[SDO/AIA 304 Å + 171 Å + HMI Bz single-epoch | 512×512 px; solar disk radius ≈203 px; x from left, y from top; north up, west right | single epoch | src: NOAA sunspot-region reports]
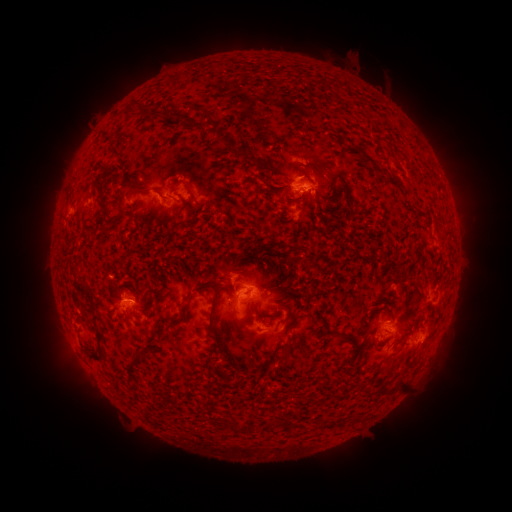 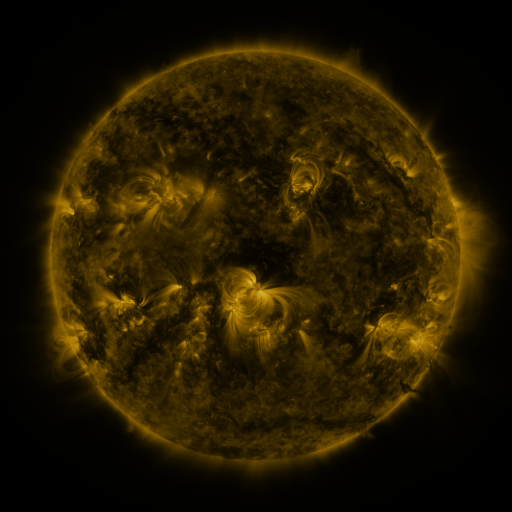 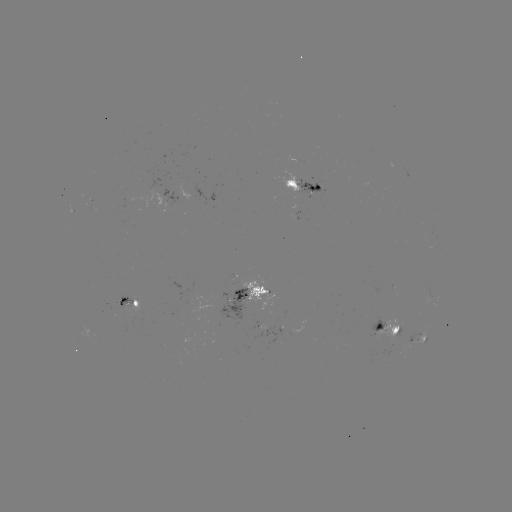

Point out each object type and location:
spotted active region: (298, 160)
spotted active region: (306, 186)
spotted active region: (174, 197)
spotted active region: (252, 294)
spotted active region: (133, 301)
spotted active region: (388, 330)
spotted active region: (421, 338)
